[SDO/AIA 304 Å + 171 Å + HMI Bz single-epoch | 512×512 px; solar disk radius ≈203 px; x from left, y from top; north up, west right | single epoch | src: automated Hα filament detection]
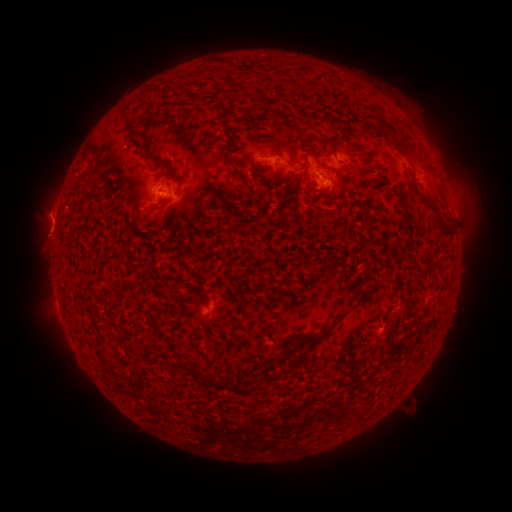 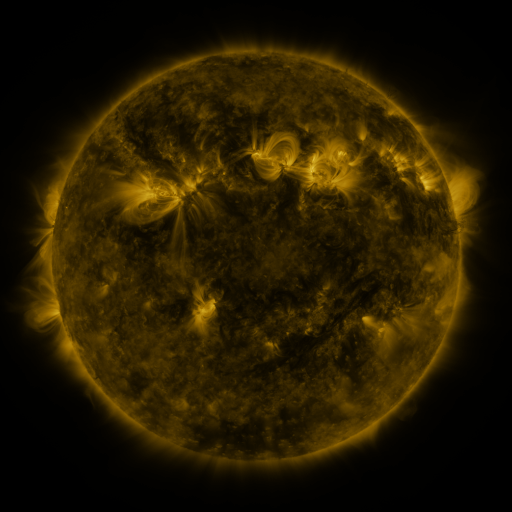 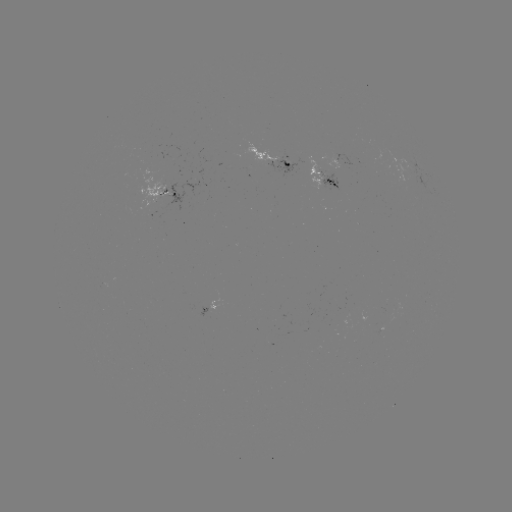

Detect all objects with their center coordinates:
filament: <bbox>118, 109, 129, 122</bbox>
filament: <bbox>129, 134, 138, 144</bbox>
filament: <bbox>391, 137, 411, 156</bbox>
filament: <bbox>267, 141, 277, 152</bbox>
filament: <bbox>143, 152, 174, 173</bbox>
filament: <bbox>319, 164, 332, 172</bbox>
filament: <bbox>290, 179, 300, 191</bbox>
filament: <bbox>419, 197, 453, 238</bbox>
filament: <bbox>400, 214, 408, 233</bbox>
filament: <bbox>301, 307, 353, 349</bbox>
filament: <bbox>192, 362, 204, 379</bbox>
